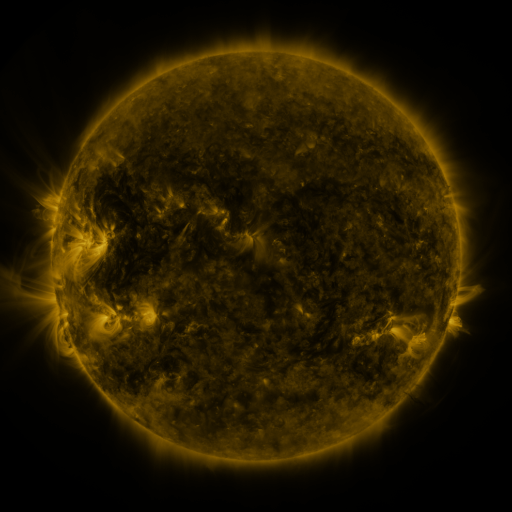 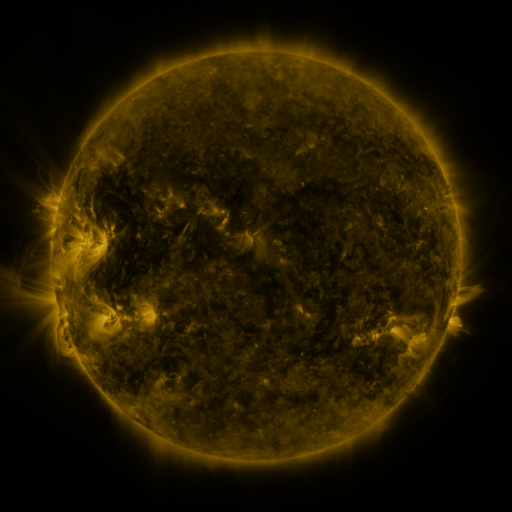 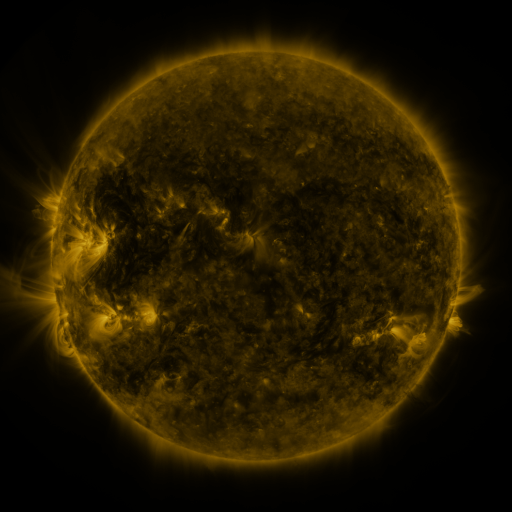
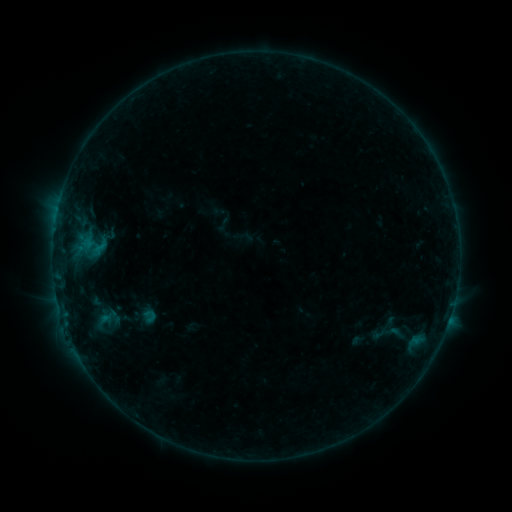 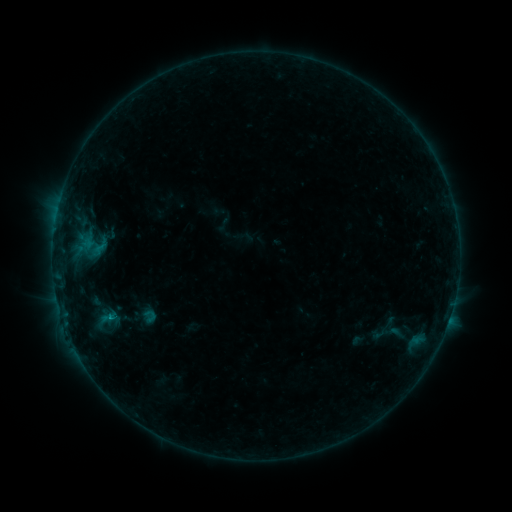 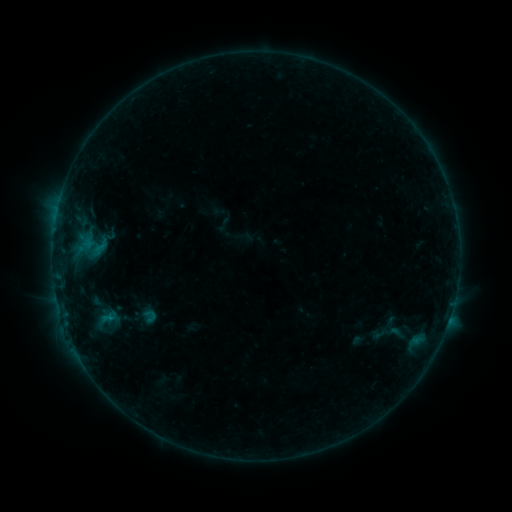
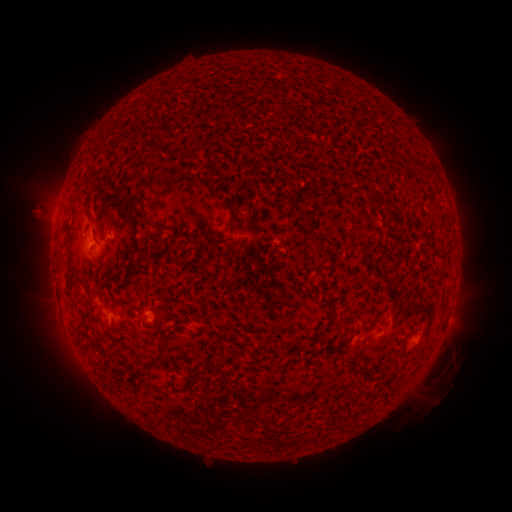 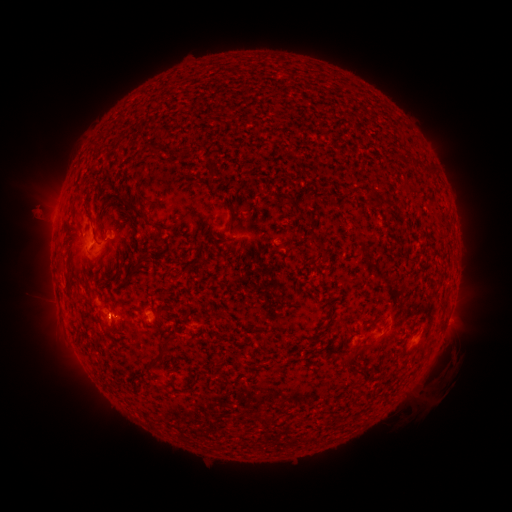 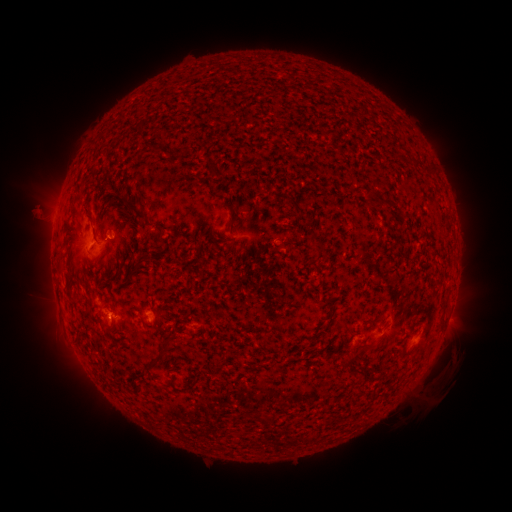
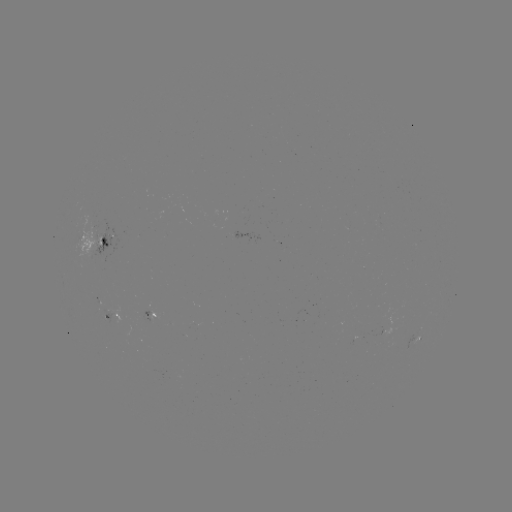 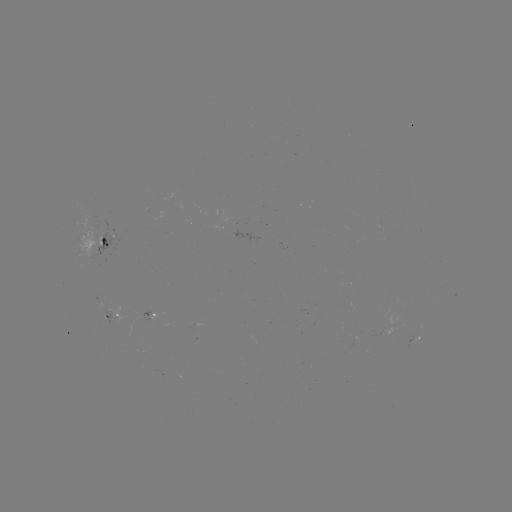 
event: flare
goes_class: B3.7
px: (111, 317)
